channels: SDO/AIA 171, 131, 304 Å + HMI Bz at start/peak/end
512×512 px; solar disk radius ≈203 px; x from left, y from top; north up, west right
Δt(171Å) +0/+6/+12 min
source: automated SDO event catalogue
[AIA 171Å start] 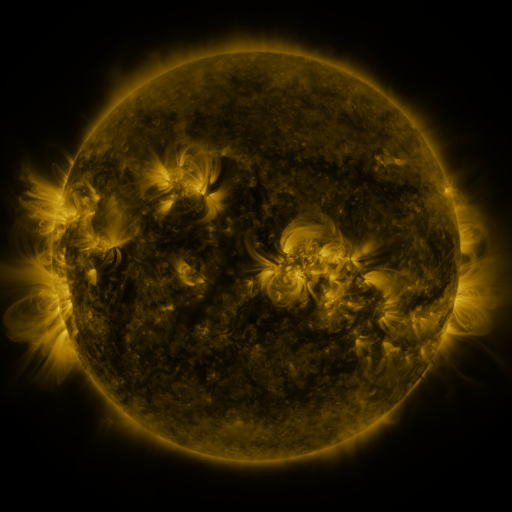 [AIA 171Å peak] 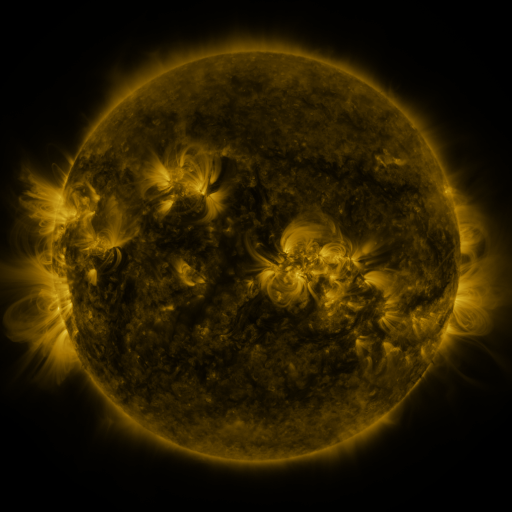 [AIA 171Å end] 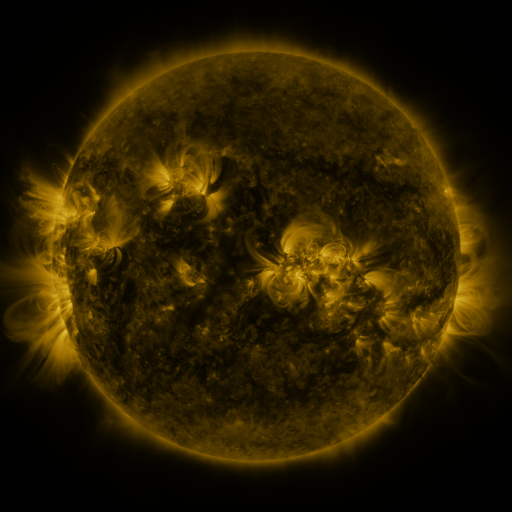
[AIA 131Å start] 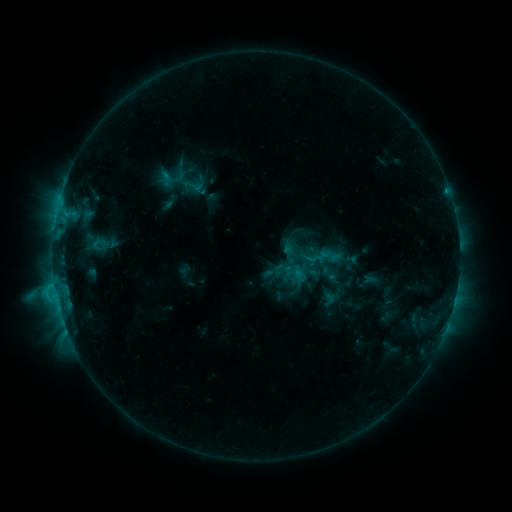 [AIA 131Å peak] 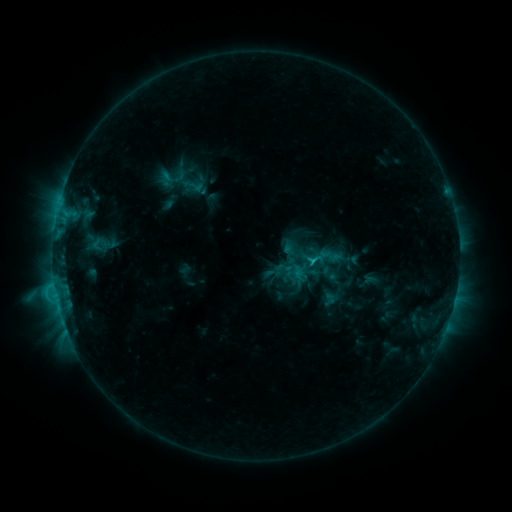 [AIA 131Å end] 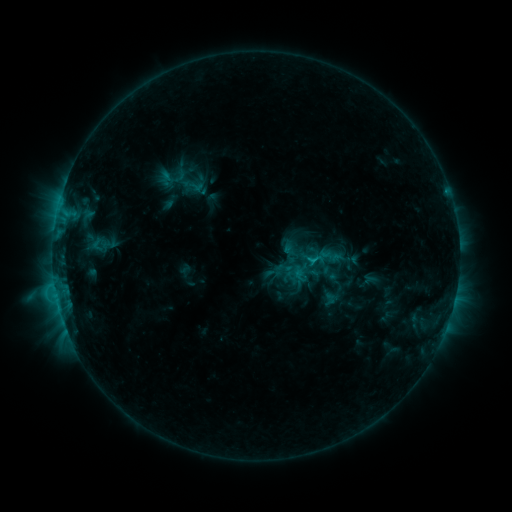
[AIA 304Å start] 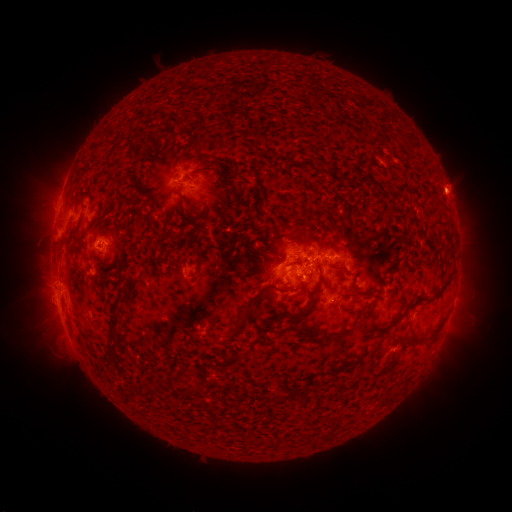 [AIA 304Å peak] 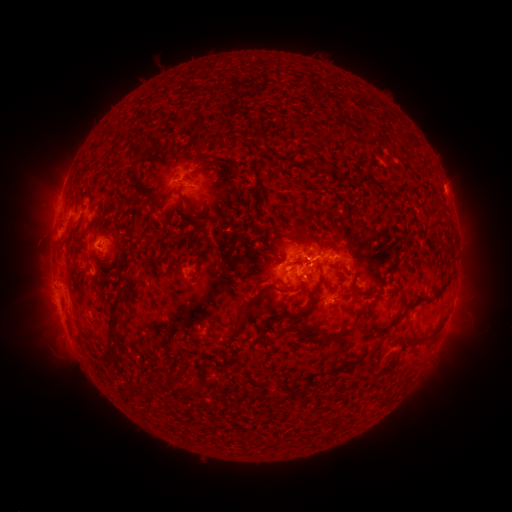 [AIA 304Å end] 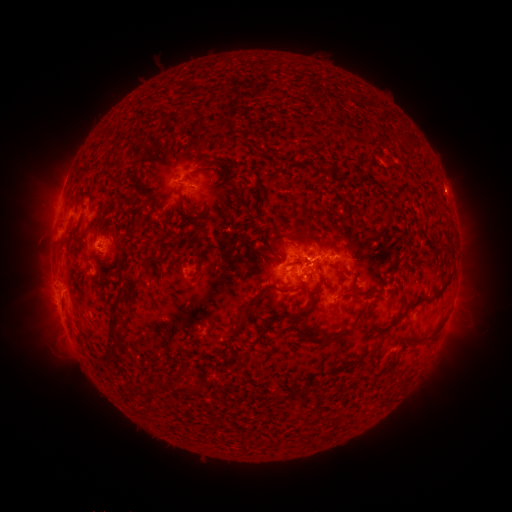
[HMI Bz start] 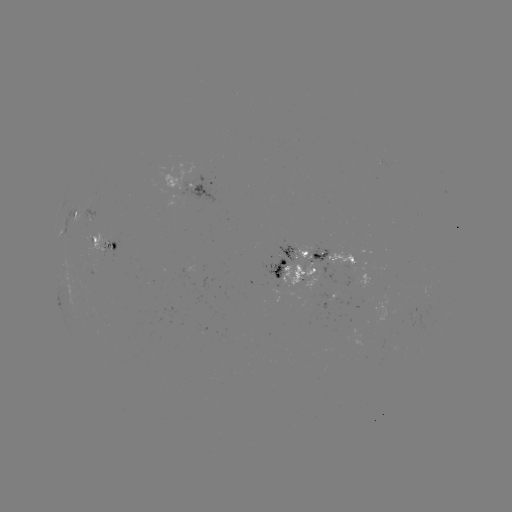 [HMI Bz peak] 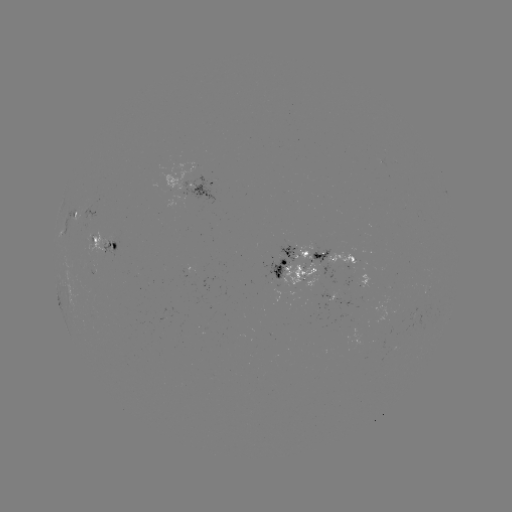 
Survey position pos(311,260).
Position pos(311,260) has C2.3 flare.